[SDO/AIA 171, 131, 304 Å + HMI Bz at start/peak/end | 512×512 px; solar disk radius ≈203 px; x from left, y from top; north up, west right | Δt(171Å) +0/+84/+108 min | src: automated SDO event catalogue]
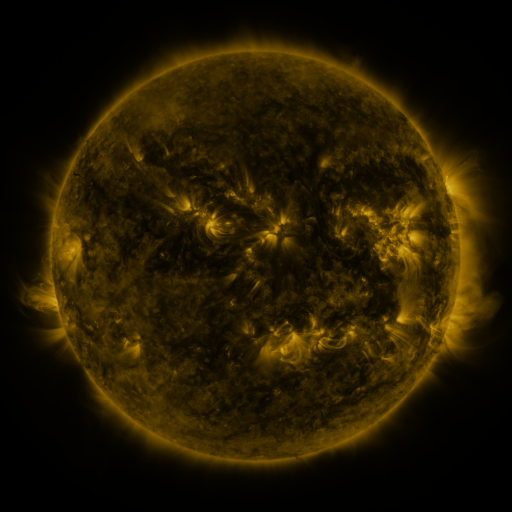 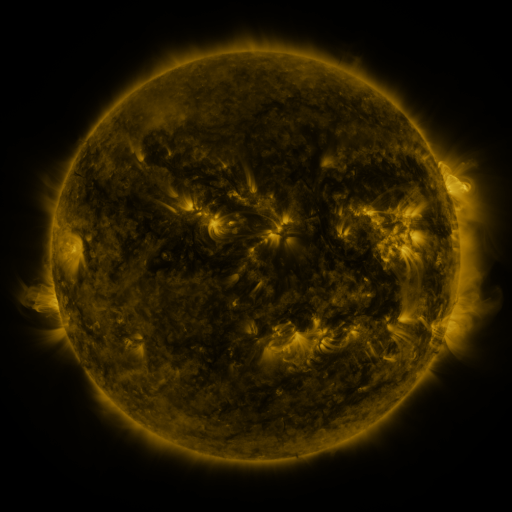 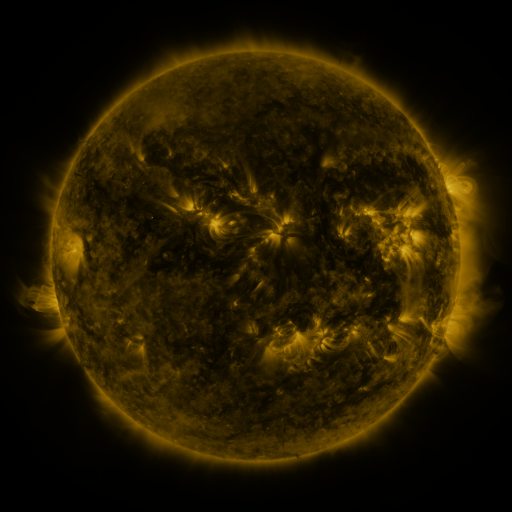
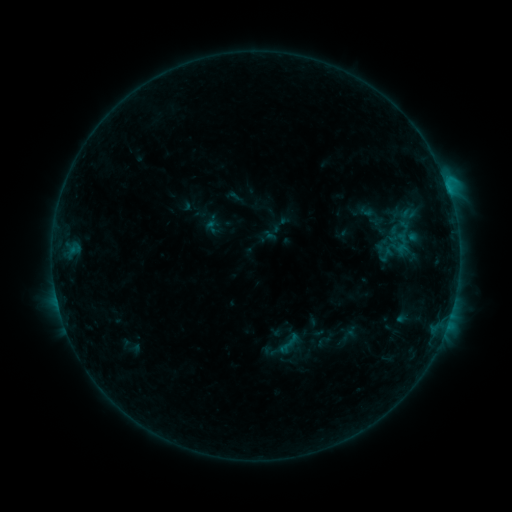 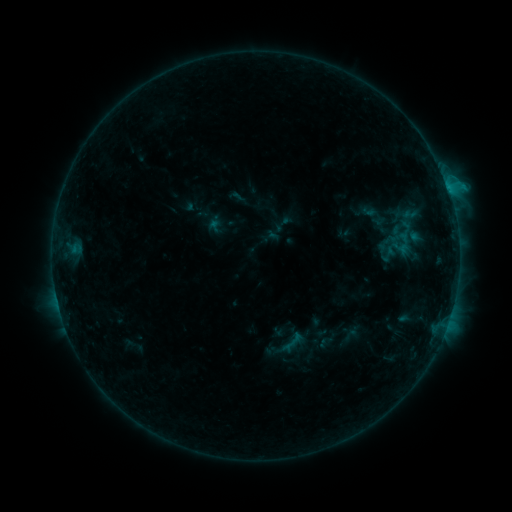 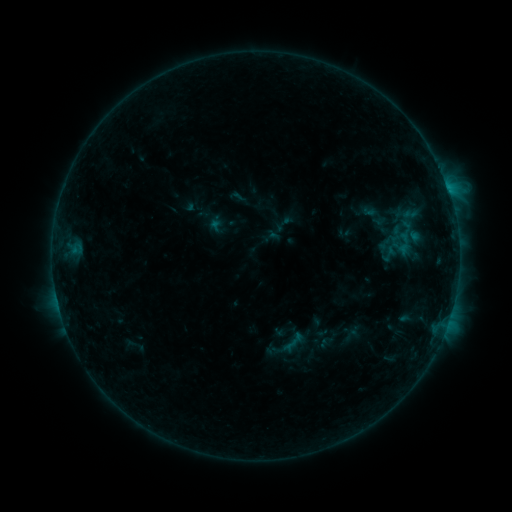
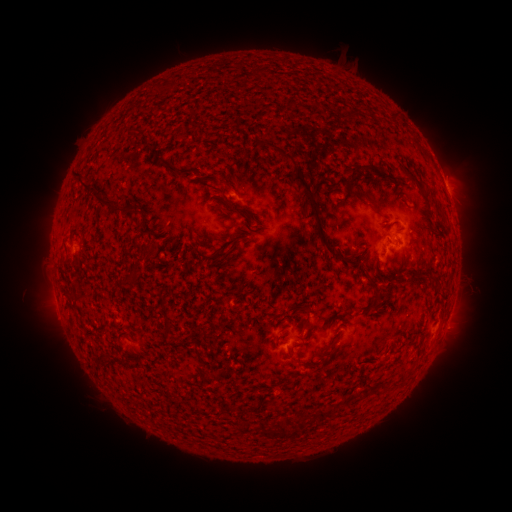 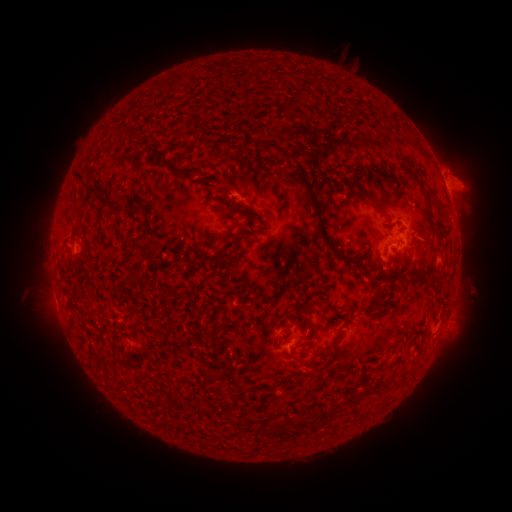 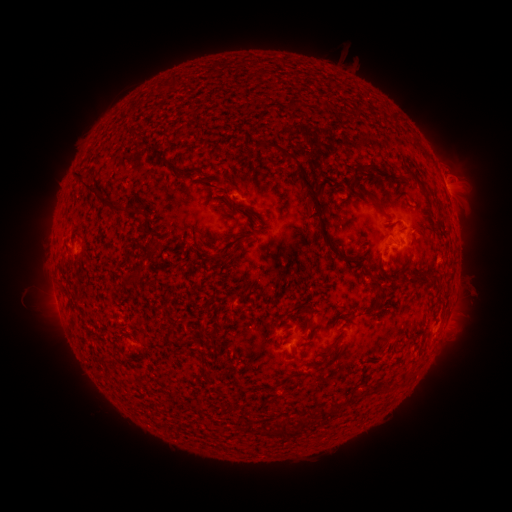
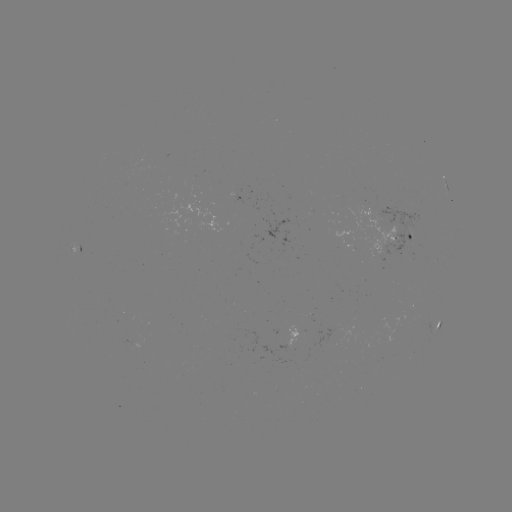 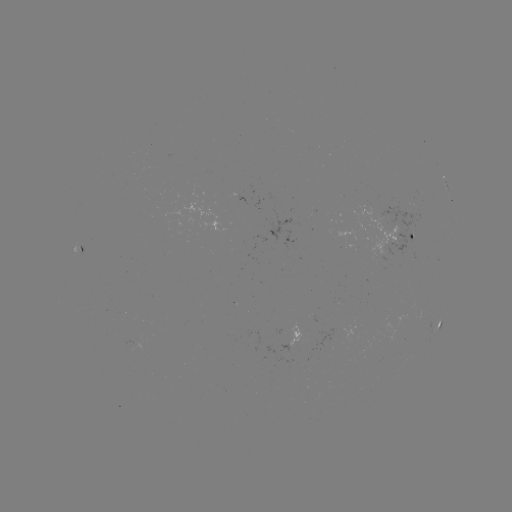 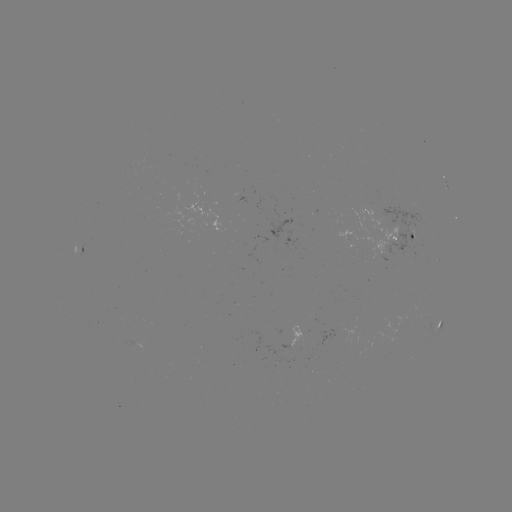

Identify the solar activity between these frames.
emerging-flux region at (346, 237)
